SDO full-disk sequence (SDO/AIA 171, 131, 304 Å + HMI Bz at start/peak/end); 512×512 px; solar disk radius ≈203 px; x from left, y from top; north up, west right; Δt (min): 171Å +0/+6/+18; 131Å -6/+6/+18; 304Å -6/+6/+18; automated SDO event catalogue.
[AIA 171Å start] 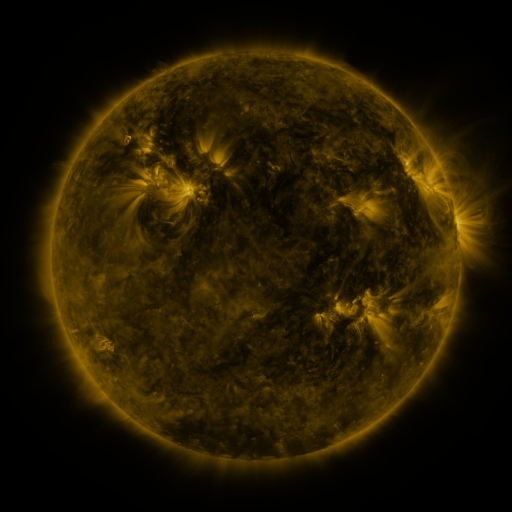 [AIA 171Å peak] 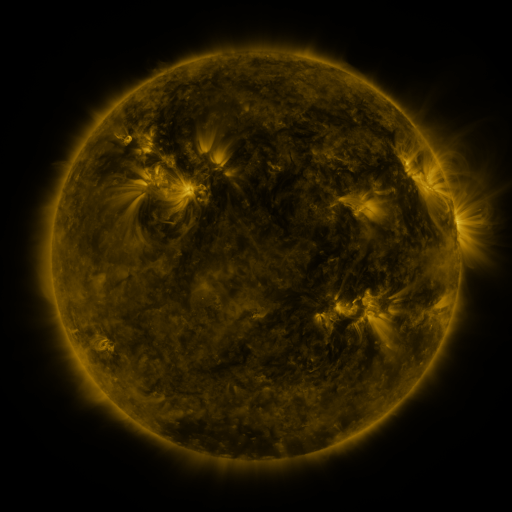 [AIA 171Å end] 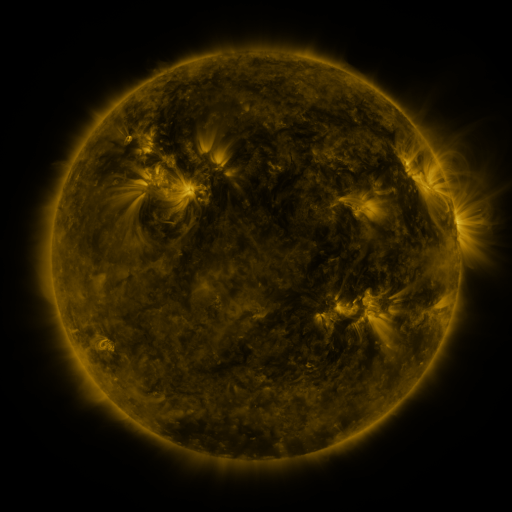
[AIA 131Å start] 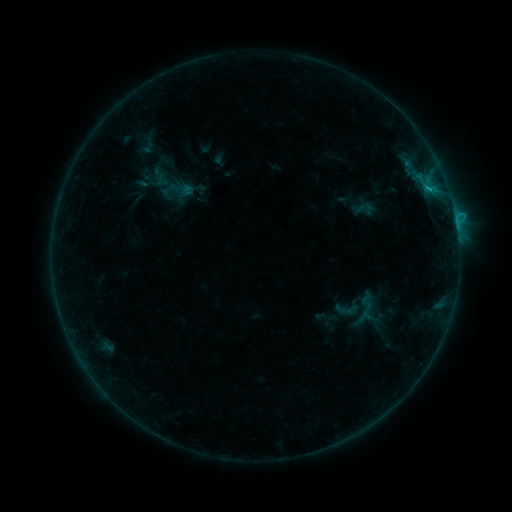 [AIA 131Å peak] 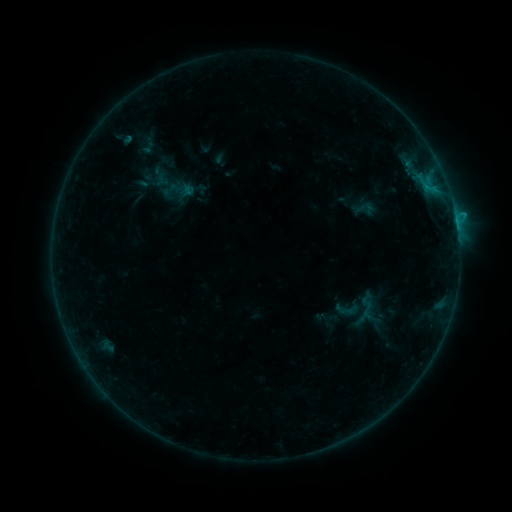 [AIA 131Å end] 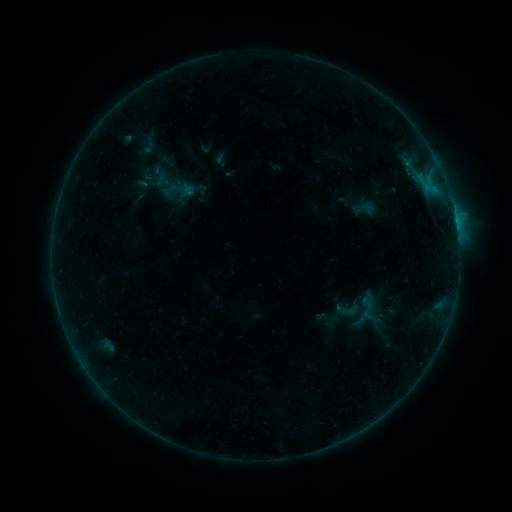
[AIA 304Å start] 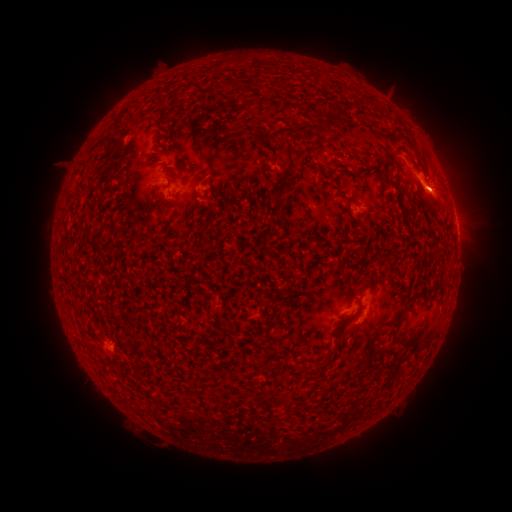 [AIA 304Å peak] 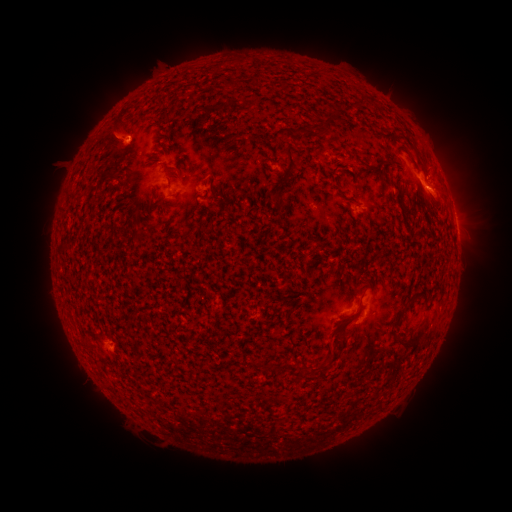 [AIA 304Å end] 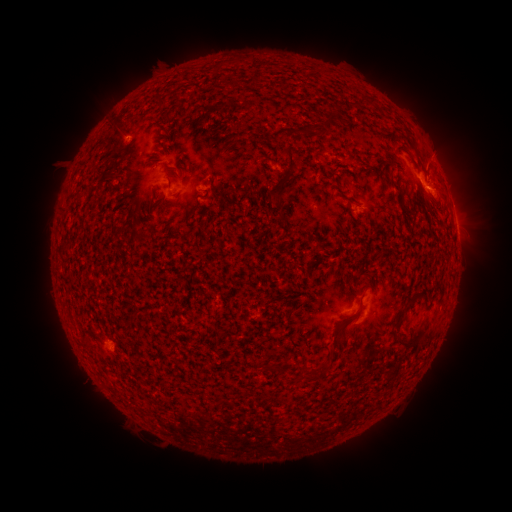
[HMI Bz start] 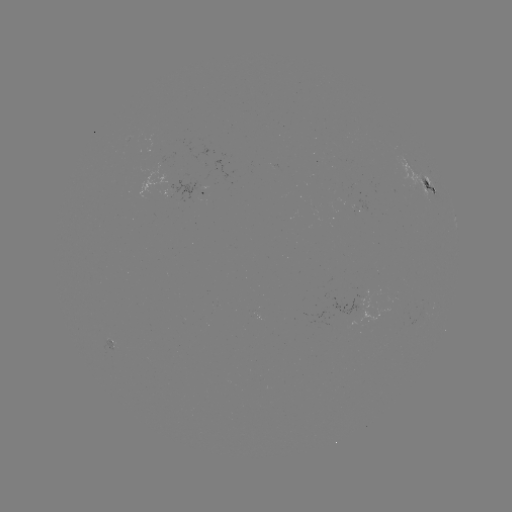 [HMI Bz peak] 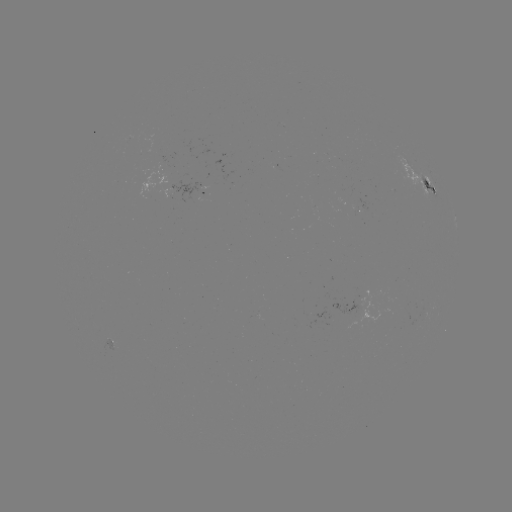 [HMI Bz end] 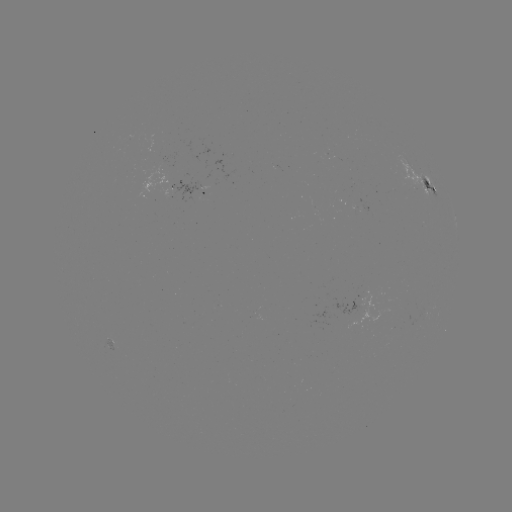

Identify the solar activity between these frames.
eruption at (440, 157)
